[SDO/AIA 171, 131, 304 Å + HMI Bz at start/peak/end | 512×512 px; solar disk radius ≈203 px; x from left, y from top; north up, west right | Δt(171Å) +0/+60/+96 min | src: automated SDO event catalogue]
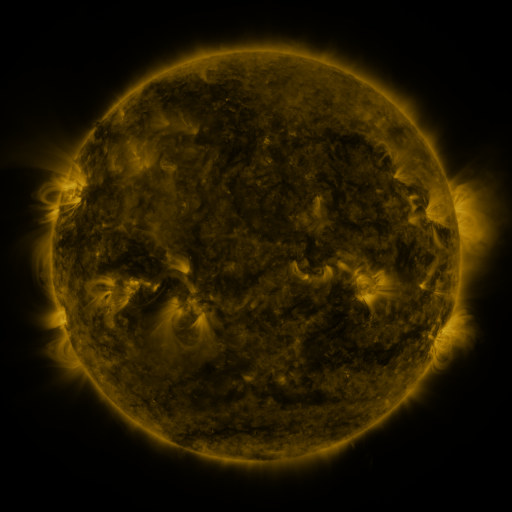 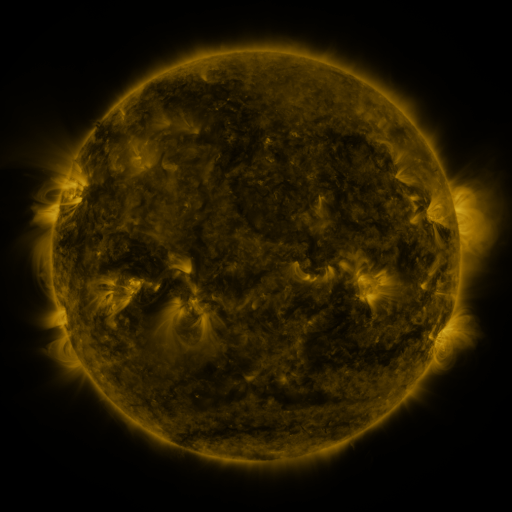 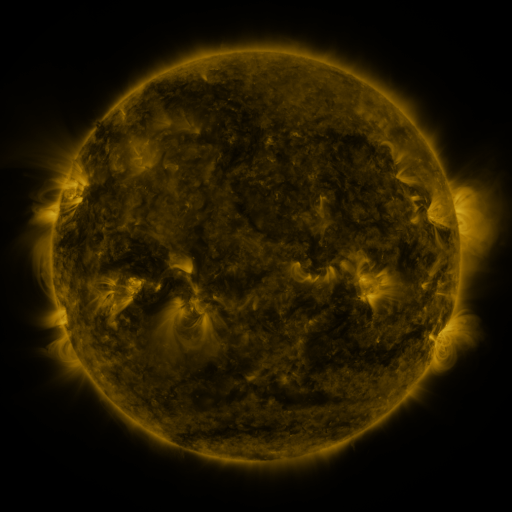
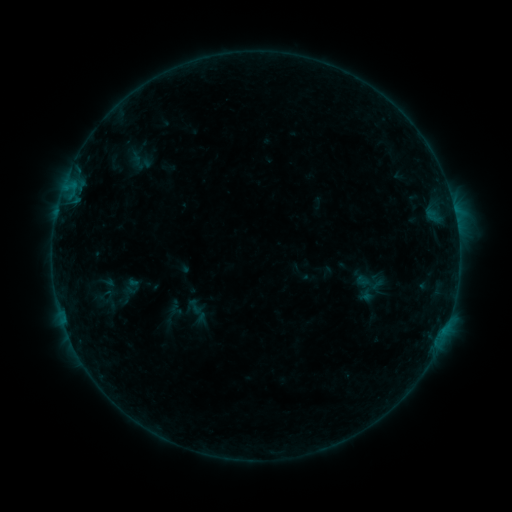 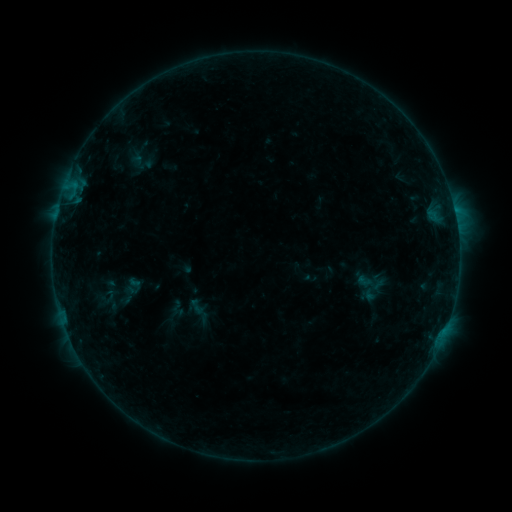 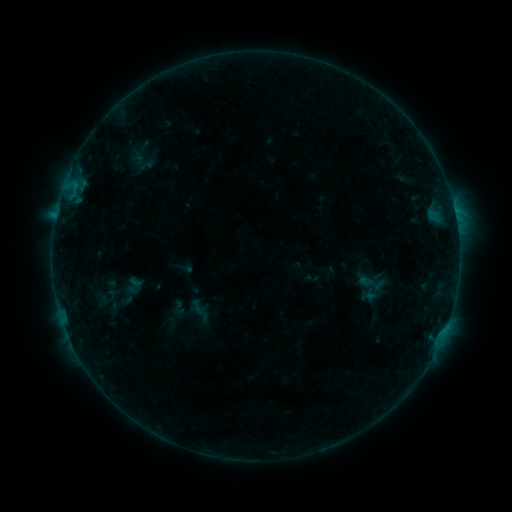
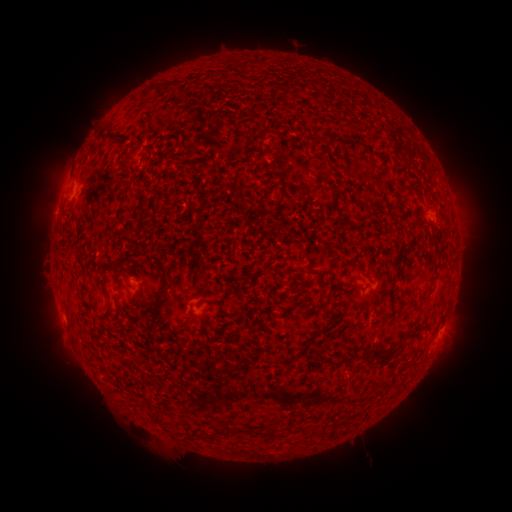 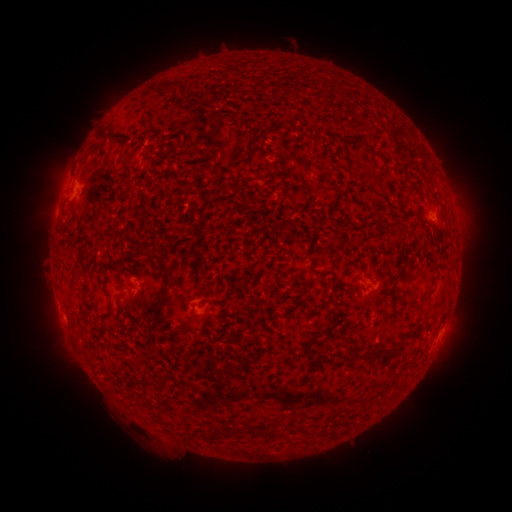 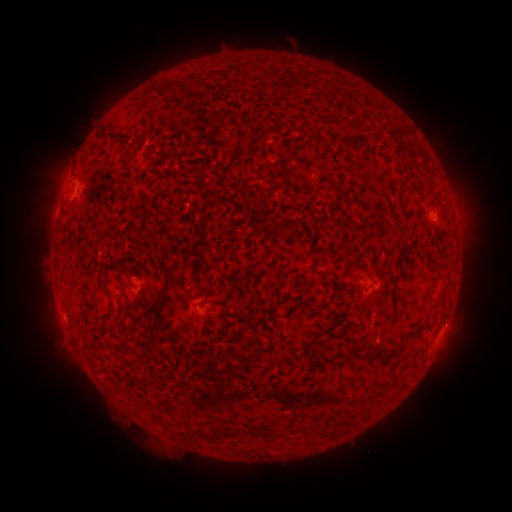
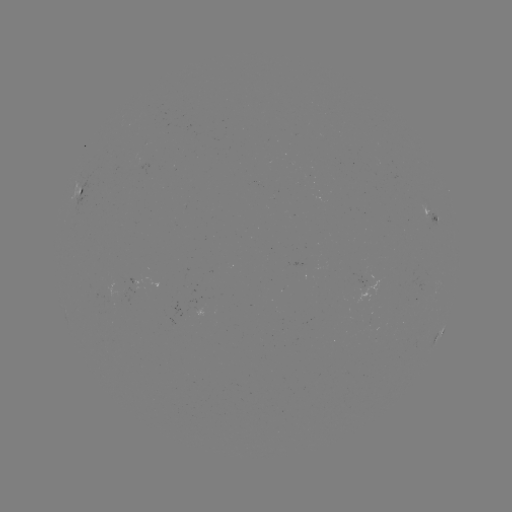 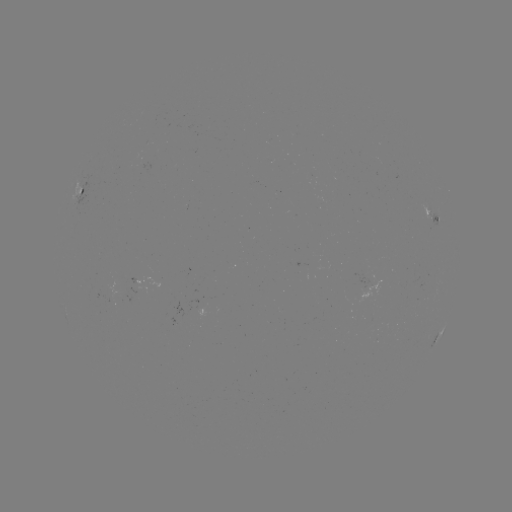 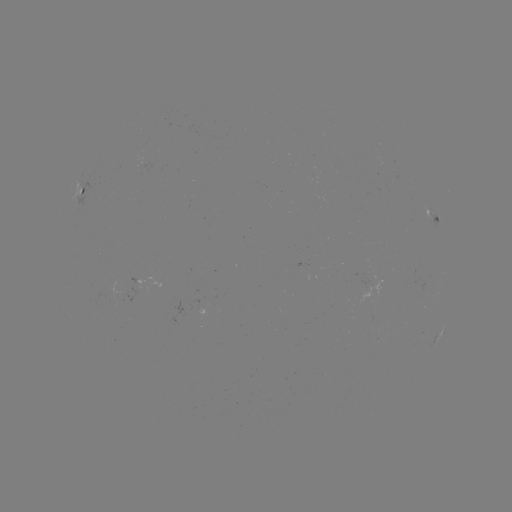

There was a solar emerging-flux region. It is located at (109, 293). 